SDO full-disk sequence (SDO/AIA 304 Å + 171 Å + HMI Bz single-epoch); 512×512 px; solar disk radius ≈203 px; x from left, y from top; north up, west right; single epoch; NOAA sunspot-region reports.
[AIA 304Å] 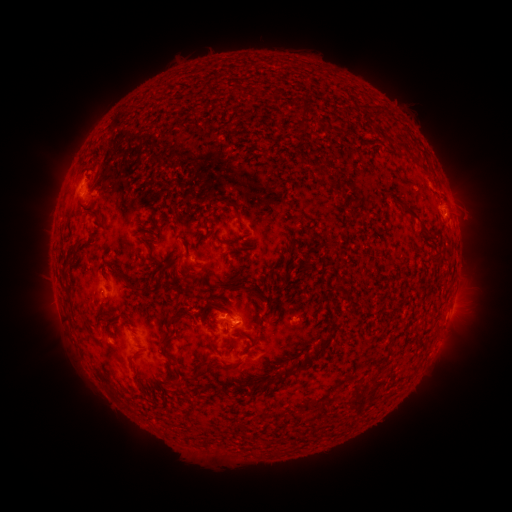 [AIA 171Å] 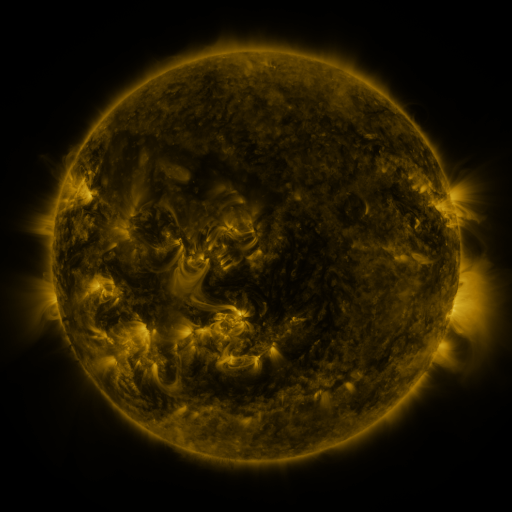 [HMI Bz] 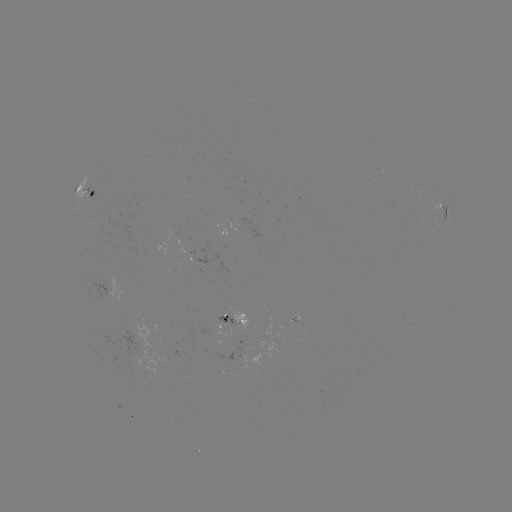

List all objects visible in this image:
spotted active region: (88, 190)
spotted active region: (444, 215)
spotted active region: (210, 260)
spotted active region: (102, 283)
spotted active region: (242, 320)
